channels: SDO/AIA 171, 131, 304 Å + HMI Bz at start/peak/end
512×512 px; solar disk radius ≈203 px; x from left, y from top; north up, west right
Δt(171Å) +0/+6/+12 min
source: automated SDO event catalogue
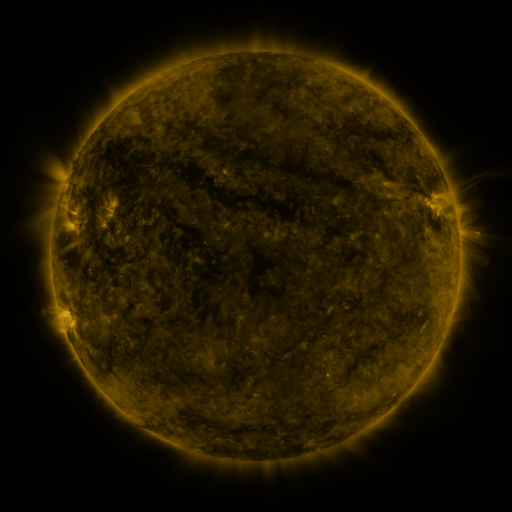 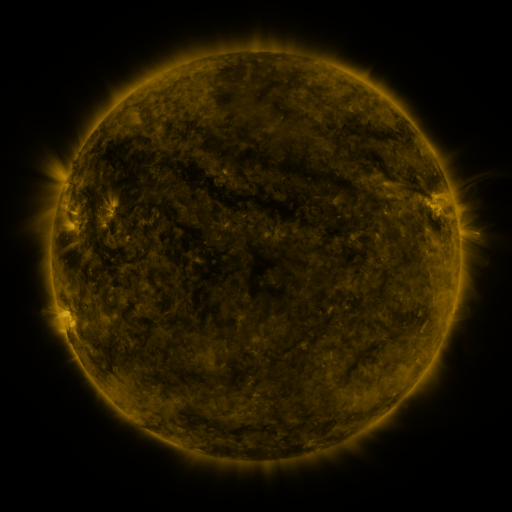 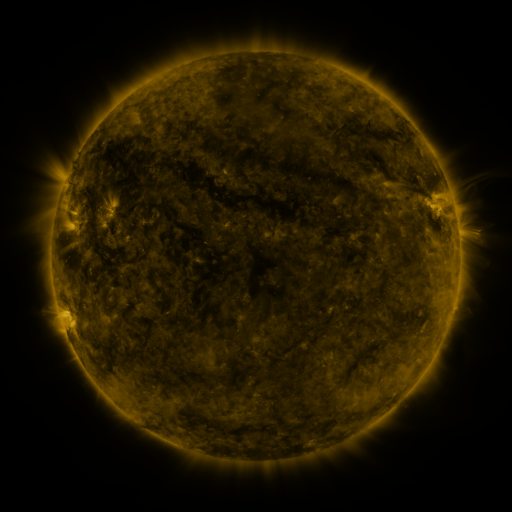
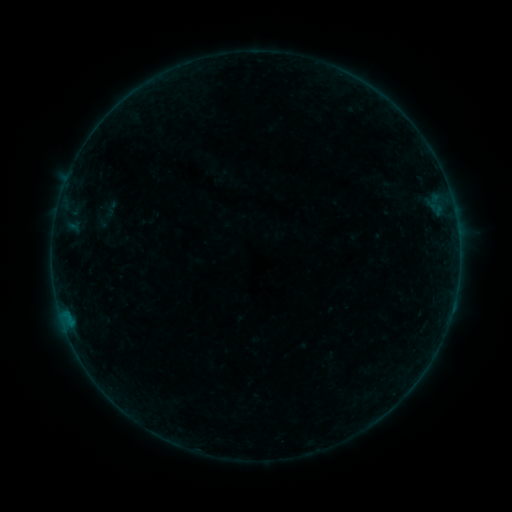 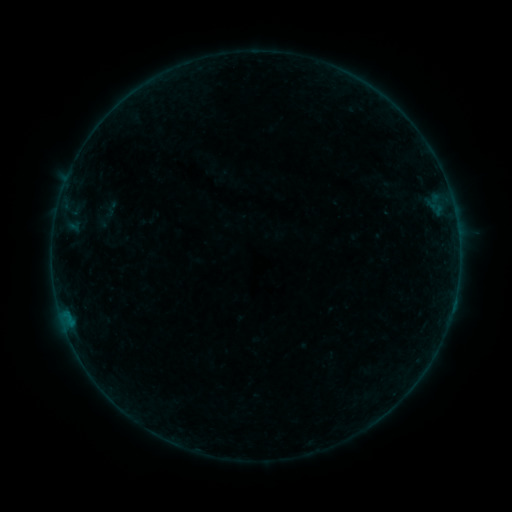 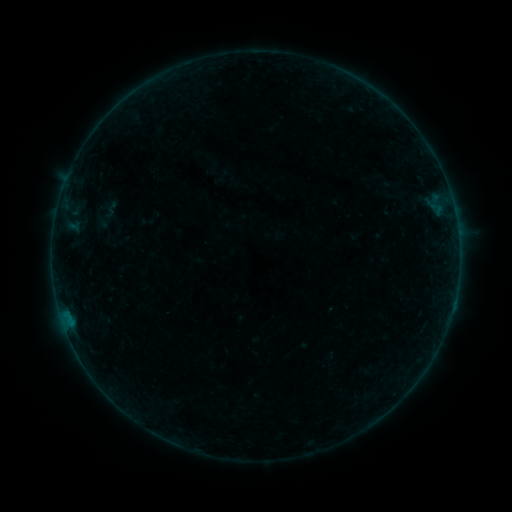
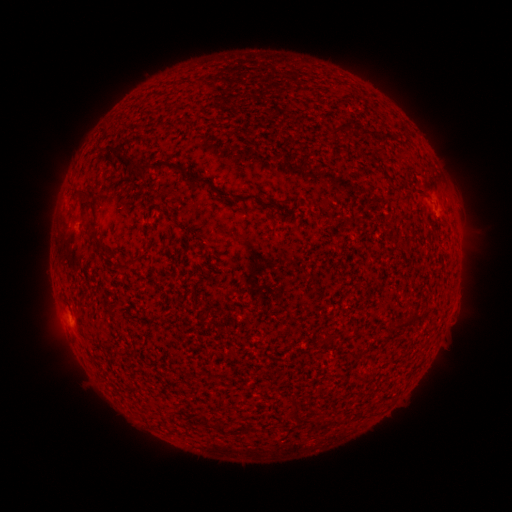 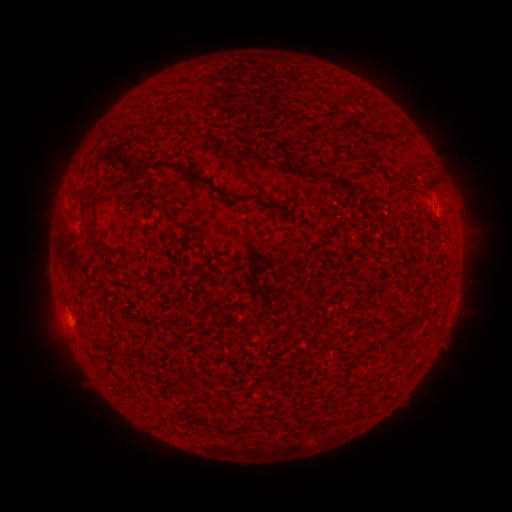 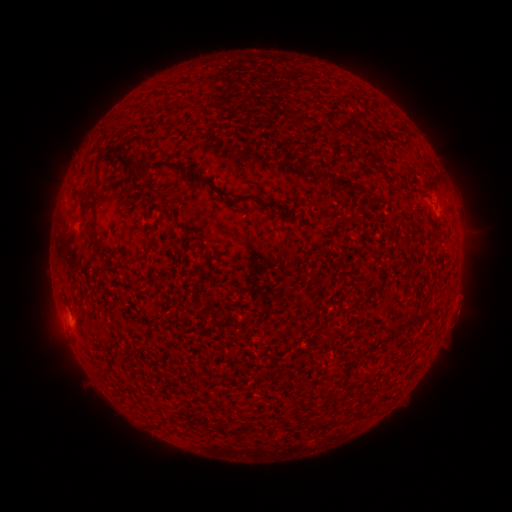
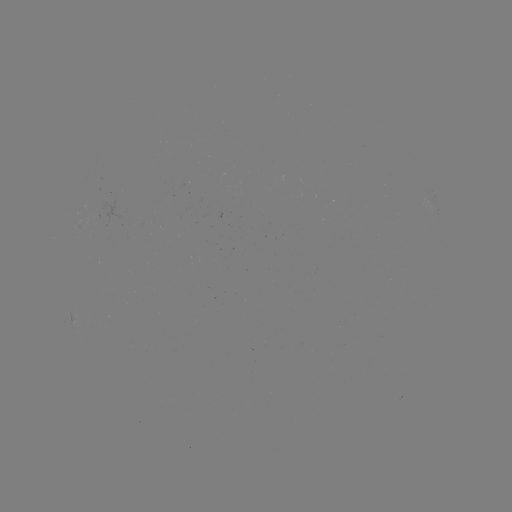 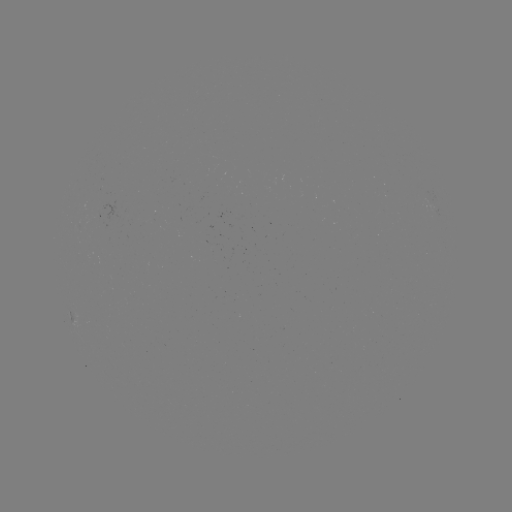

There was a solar flare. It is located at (453, 302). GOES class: B2.2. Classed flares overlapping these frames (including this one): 1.